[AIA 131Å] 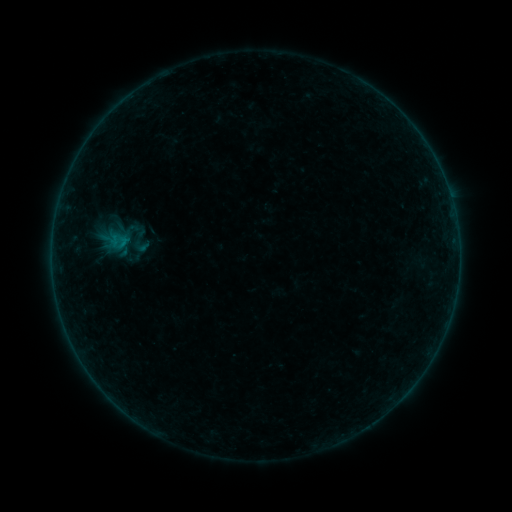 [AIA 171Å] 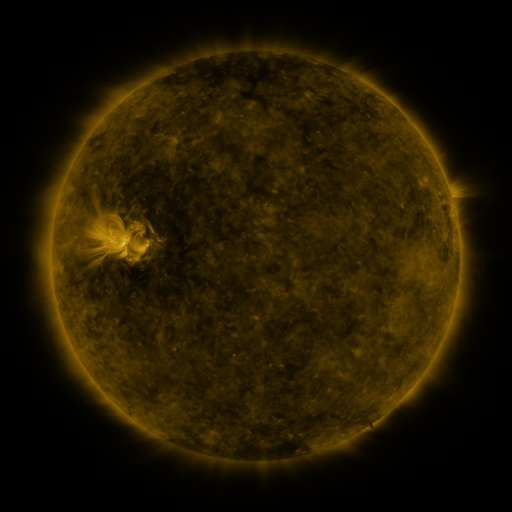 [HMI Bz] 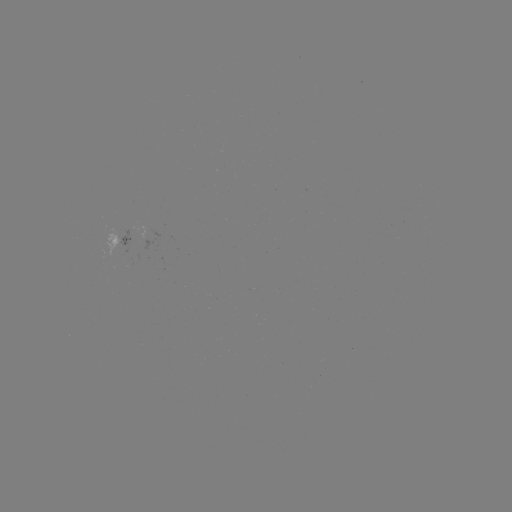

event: sigmoid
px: (140, 241)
